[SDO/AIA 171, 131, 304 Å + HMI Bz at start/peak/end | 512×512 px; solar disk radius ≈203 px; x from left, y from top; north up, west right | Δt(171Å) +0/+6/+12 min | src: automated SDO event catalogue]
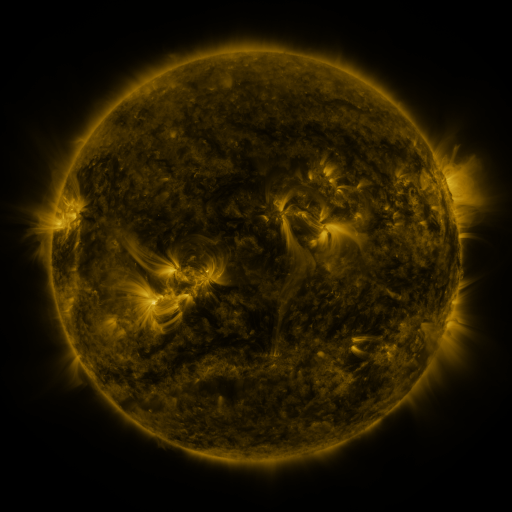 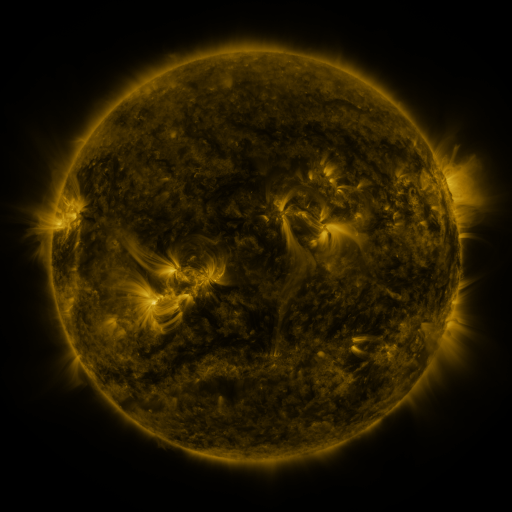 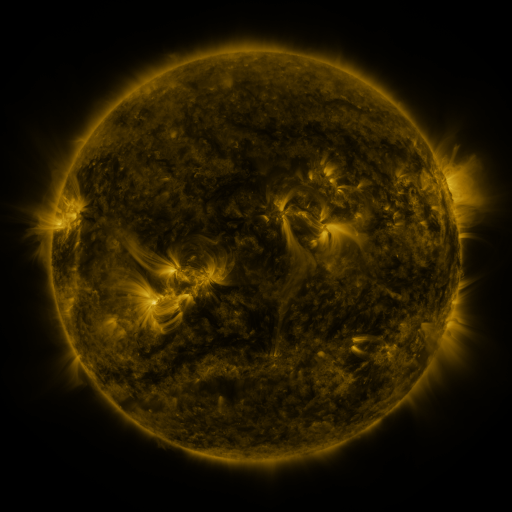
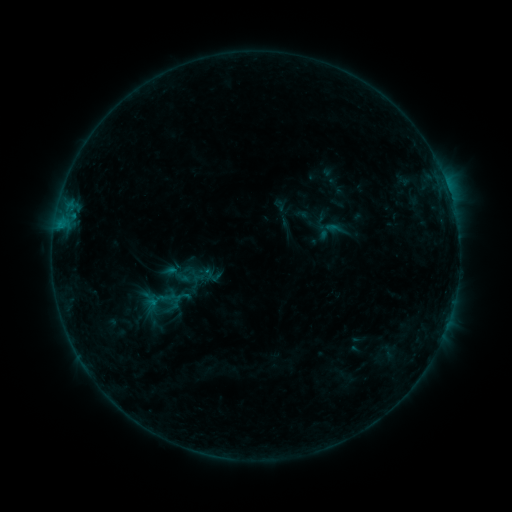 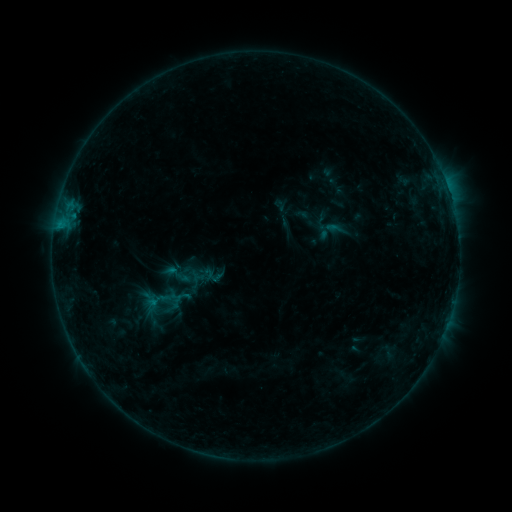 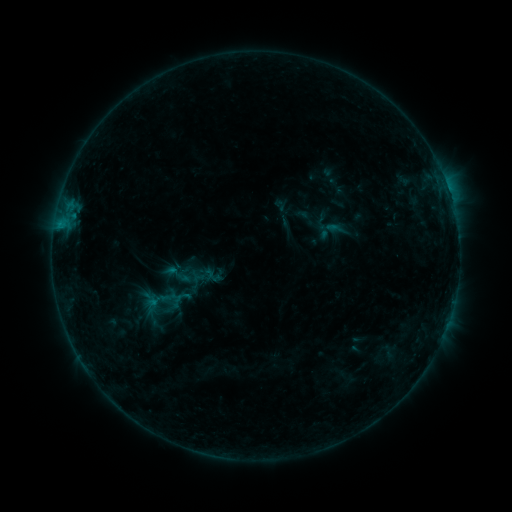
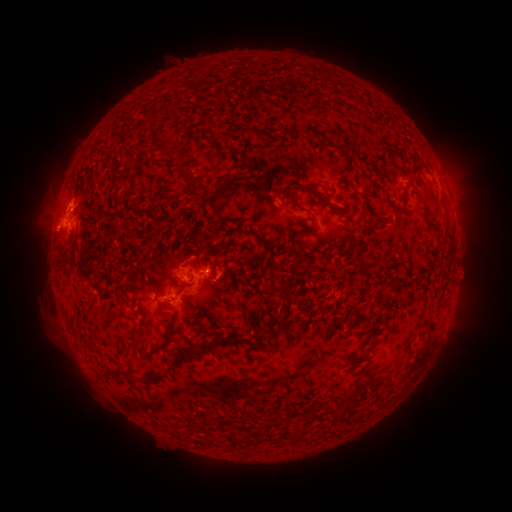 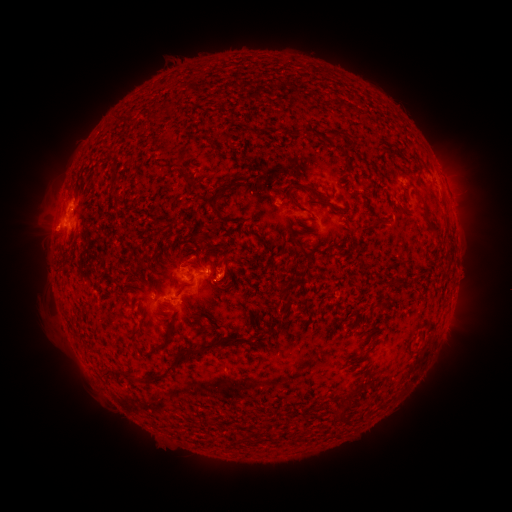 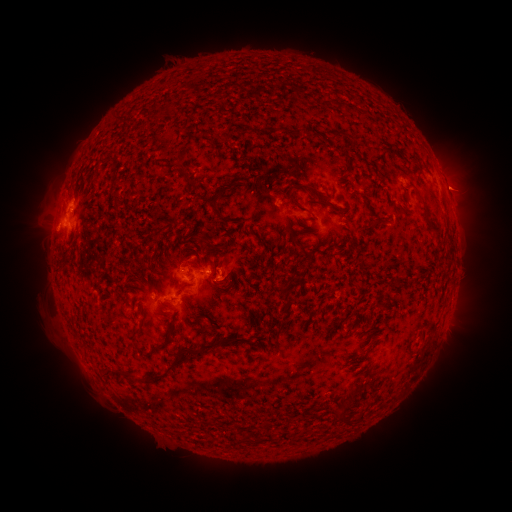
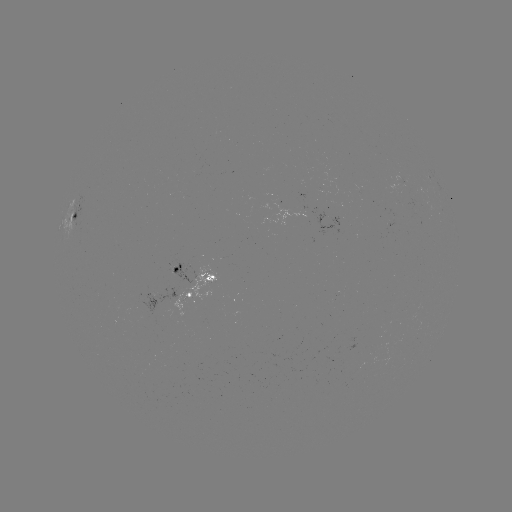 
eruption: [207, 238, 259, 305]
